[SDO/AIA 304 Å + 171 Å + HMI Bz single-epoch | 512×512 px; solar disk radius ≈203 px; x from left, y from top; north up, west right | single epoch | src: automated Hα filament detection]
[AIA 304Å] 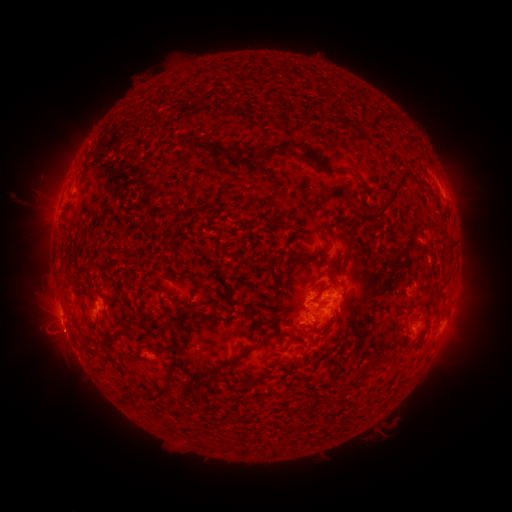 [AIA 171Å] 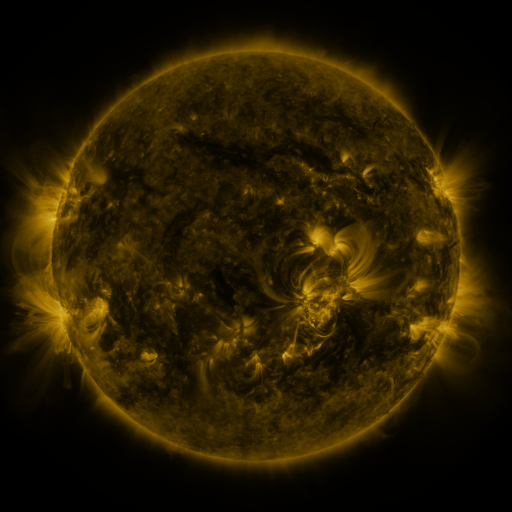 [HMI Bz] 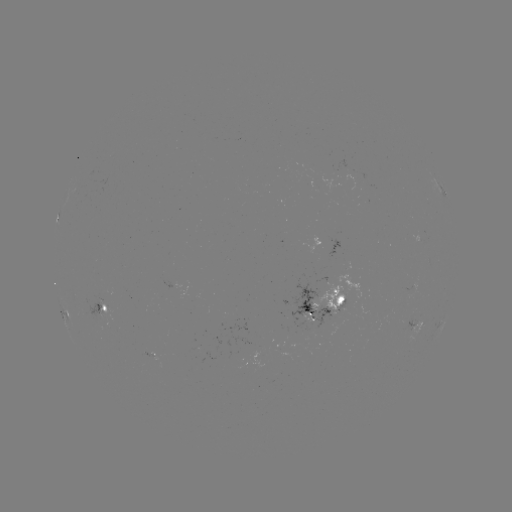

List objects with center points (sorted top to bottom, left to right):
filament: [371, 115, 391, 131]
filament: [254, 140, 303, 162]
filament: [314, 161, 326, 171]
filament: [381, 172, 410, 212]
filament: [446, 244, 454, 254]
filament: [444, 258, 454, 268]
filament: [329, 262, 337, 289]
filament: [280, 269, 289, 277]
filament: [190, 307, 206, 318]
filament: [83, 319, 97, 328]
filament: [163, 321, 183, 383]
filament: [105, 324, 130, 340]
filament: [222, 344, 260, 367]
filament: [358, 356, 375, 374]
filament: [253, 374, 267, 380]
filament: [145, 384, 166, 398]
